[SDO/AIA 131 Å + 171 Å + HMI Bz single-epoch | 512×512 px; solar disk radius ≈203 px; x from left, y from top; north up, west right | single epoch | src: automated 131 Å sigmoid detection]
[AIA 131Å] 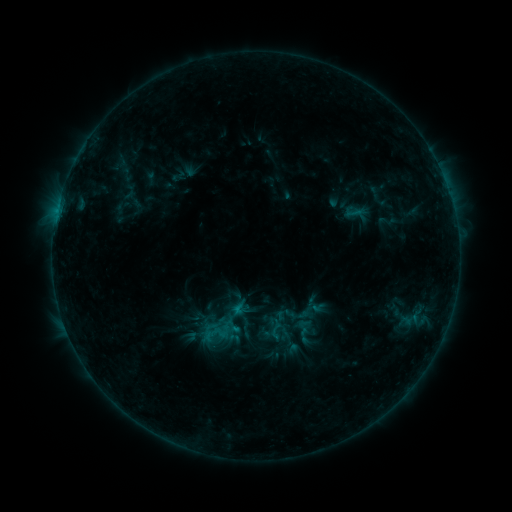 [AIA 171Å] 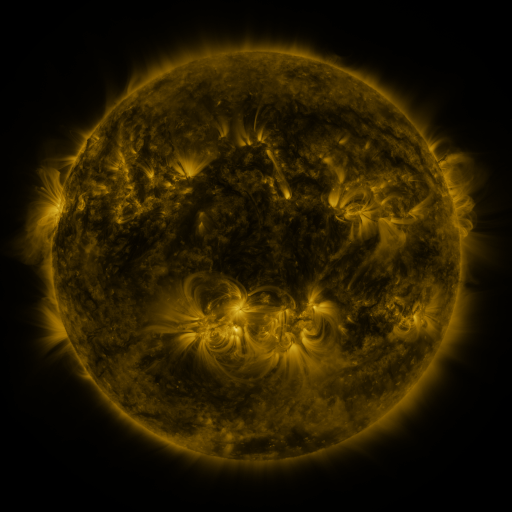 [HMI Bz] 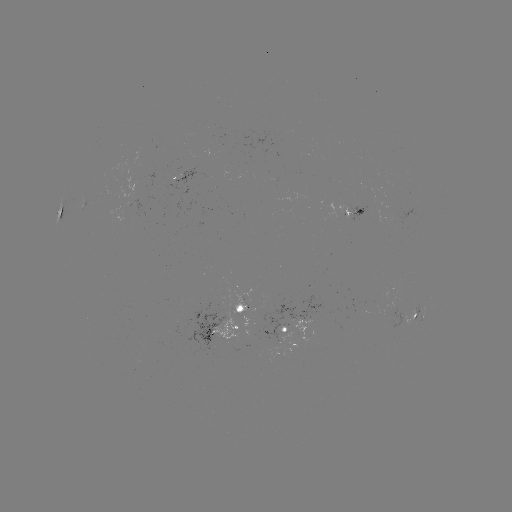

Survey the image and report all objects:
sigmoid: (275, 327)
